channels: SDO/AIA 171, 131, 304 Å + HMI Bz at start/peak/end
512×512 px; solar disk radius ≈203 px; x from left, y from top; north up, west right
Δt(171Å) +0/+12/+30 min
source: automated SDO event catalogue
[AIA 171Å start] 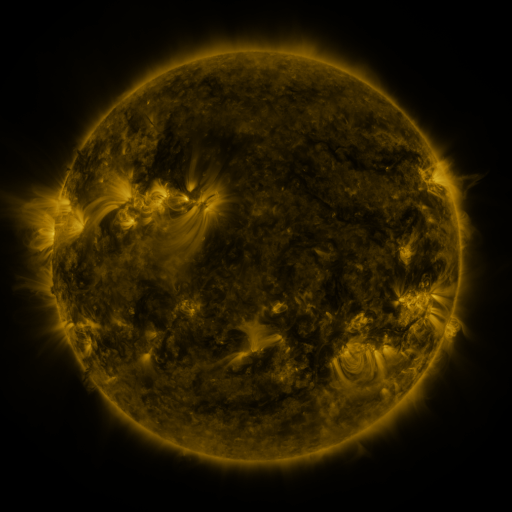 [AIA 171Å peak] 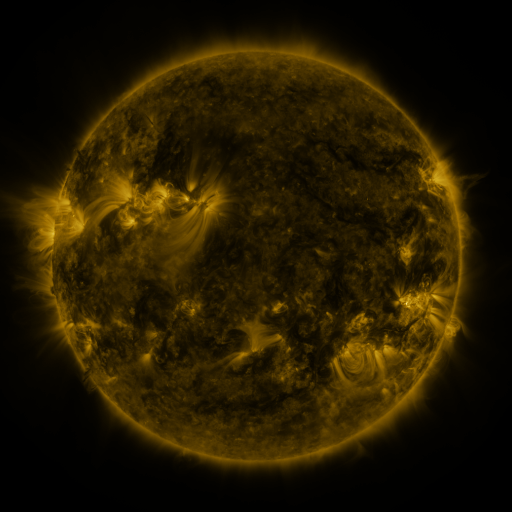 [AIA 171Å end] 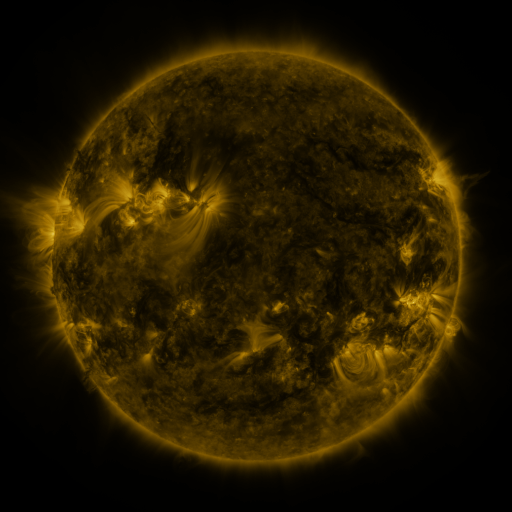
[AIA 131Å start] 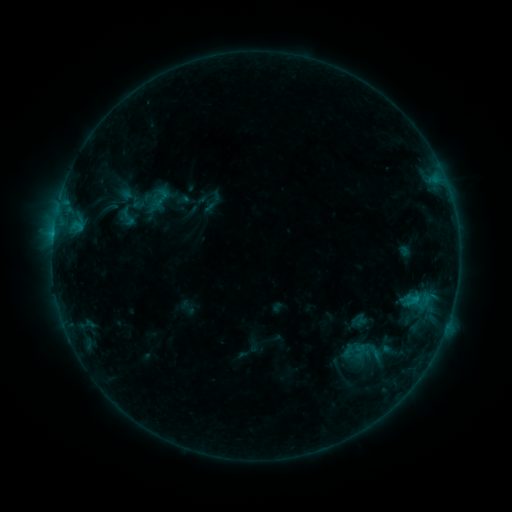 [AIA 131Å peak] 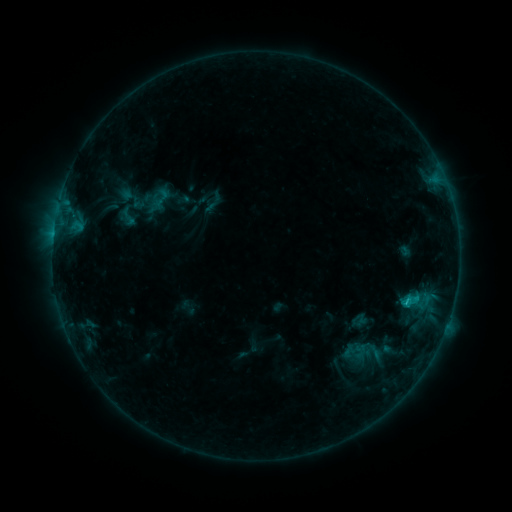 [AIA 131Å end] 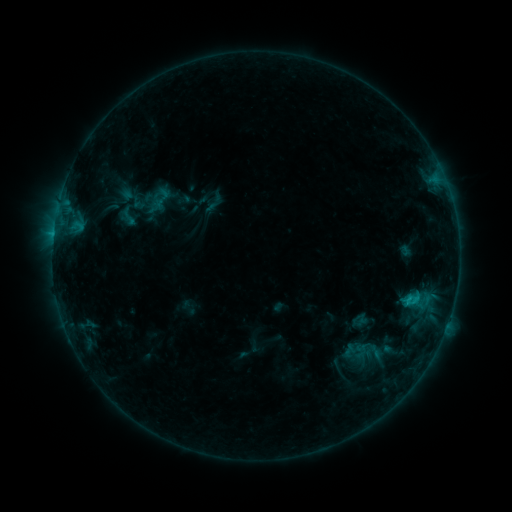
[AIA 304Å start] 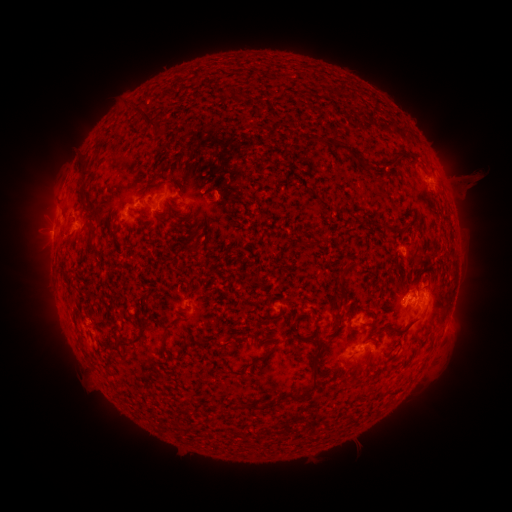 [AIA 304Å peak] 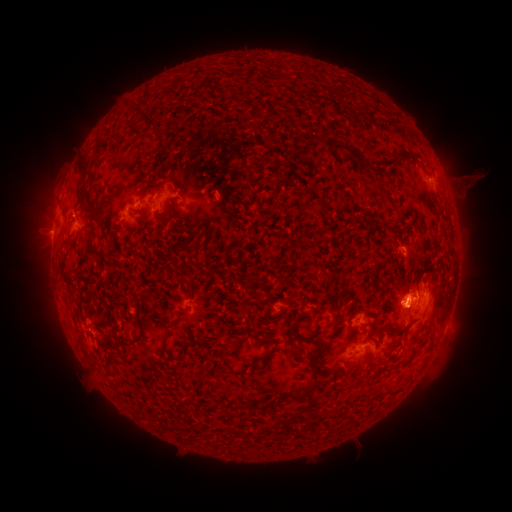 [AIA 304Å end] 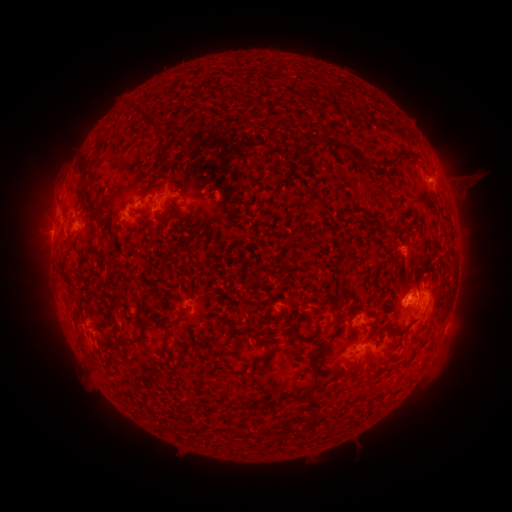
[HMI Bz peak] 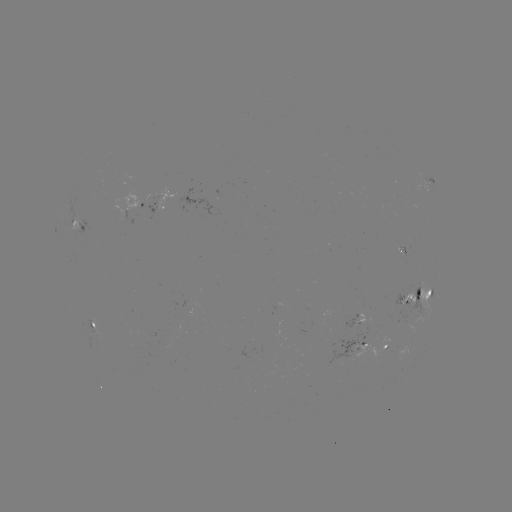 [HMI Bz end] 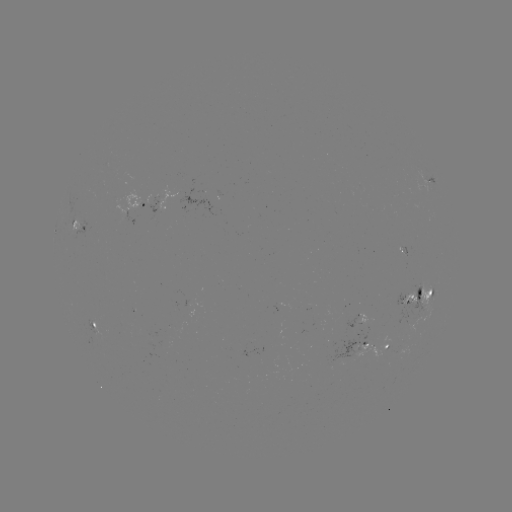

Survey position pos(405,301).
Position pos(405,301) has C1.2 flare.